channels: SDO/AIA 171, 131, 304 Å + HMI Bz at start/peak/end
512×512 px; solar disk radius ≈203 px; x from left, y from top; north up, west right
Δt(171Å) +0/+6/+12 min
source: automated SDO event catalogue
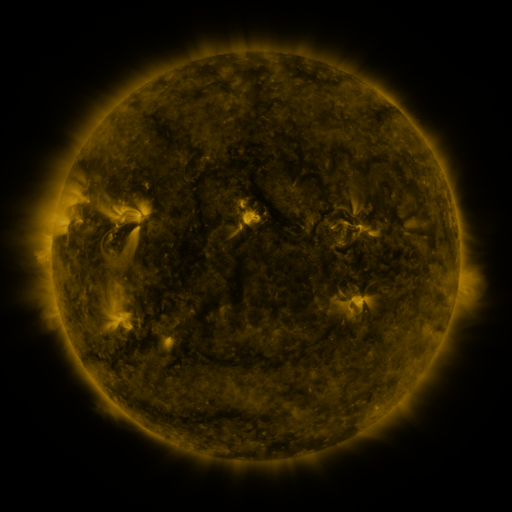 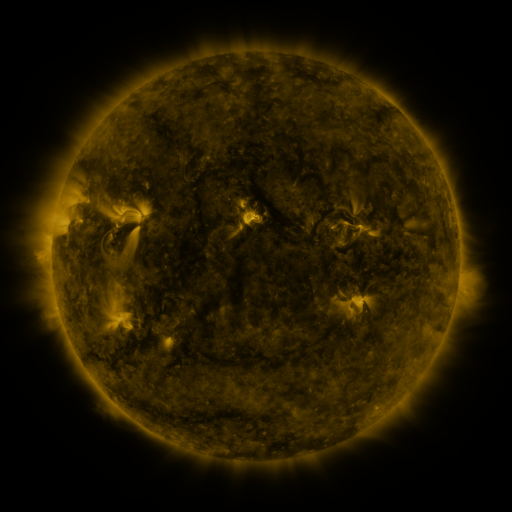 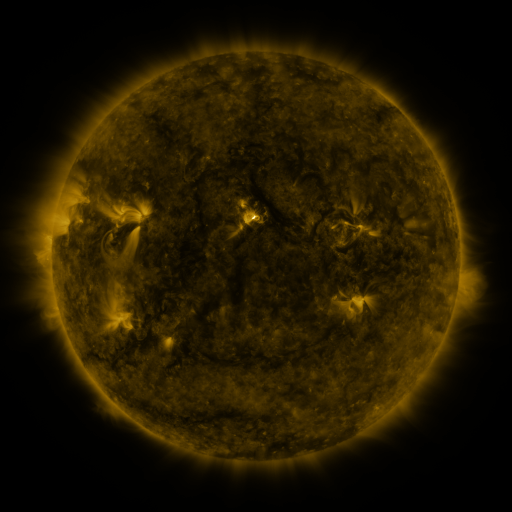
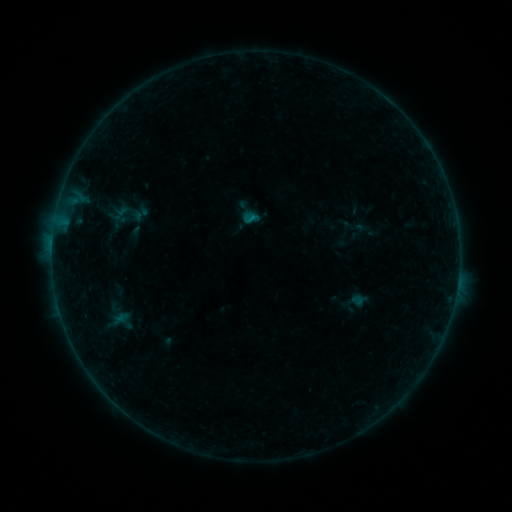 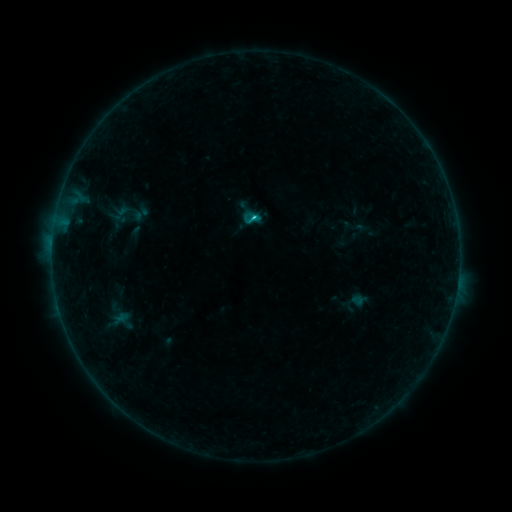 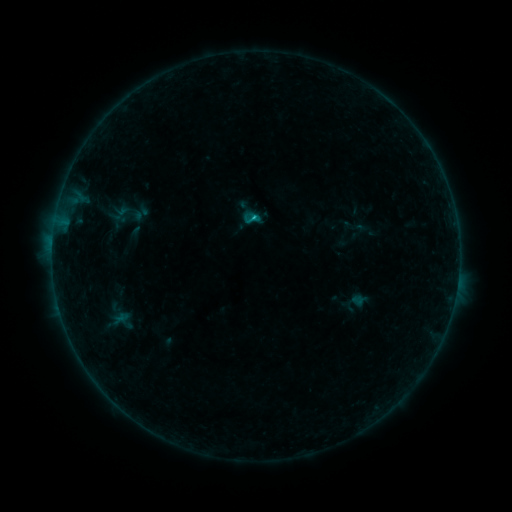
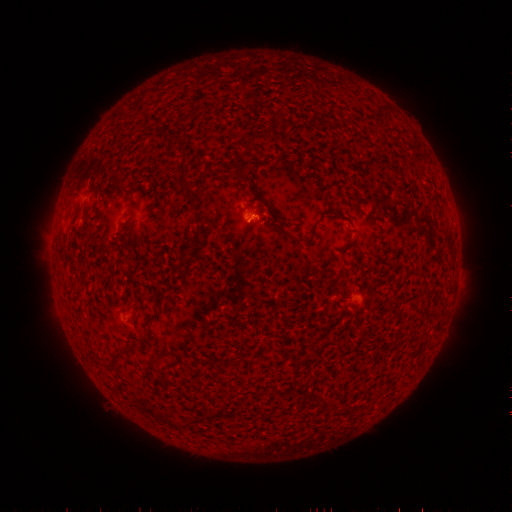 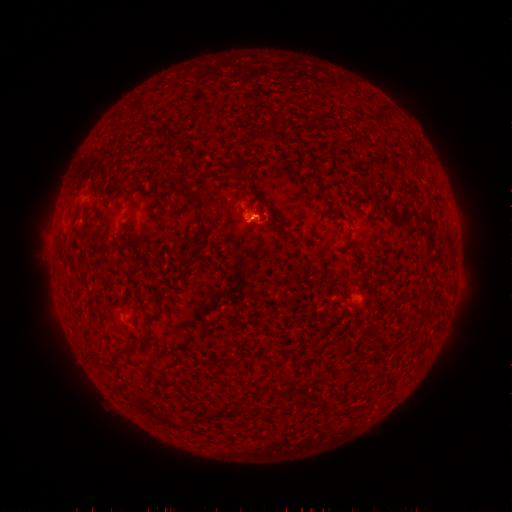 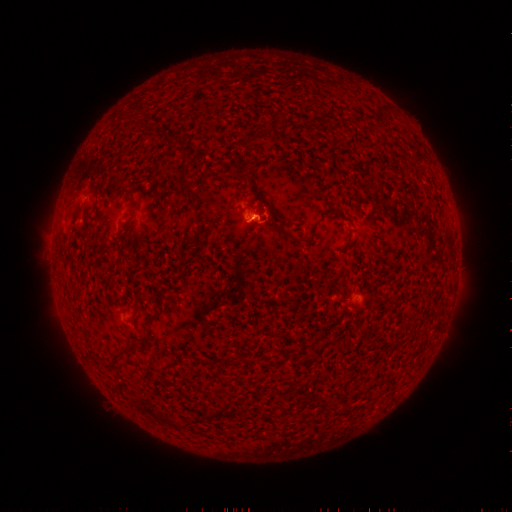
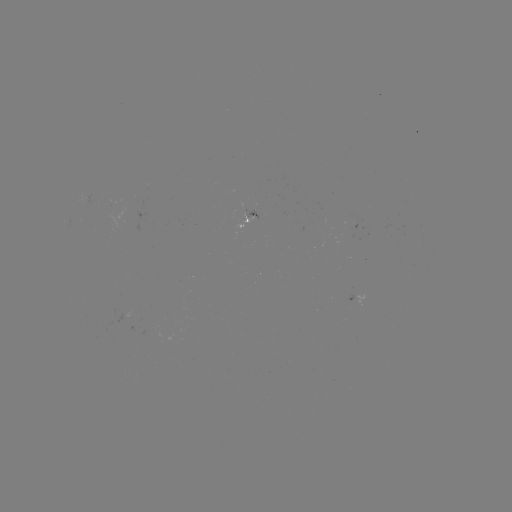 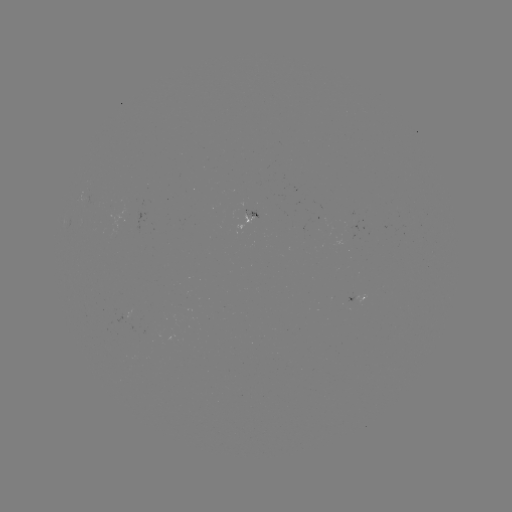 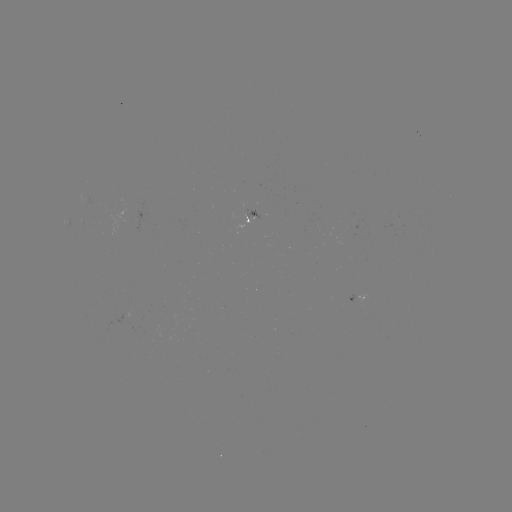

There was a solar flare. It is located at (256, 219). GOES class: B6.1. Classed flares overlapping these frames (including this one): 1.